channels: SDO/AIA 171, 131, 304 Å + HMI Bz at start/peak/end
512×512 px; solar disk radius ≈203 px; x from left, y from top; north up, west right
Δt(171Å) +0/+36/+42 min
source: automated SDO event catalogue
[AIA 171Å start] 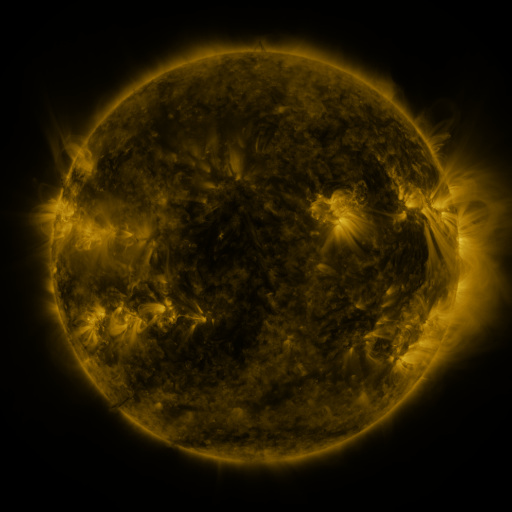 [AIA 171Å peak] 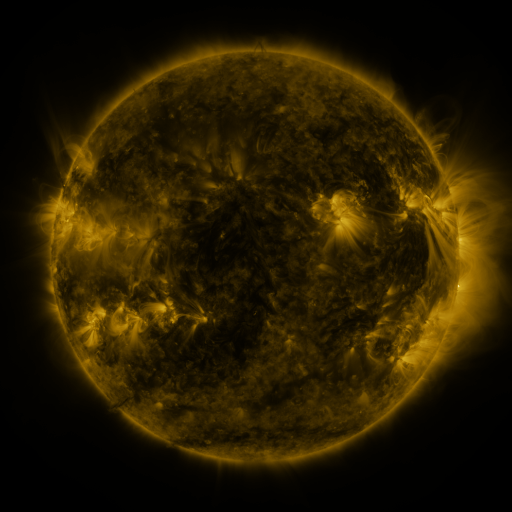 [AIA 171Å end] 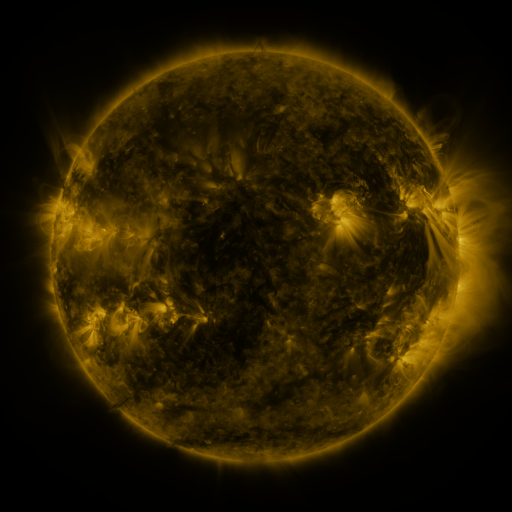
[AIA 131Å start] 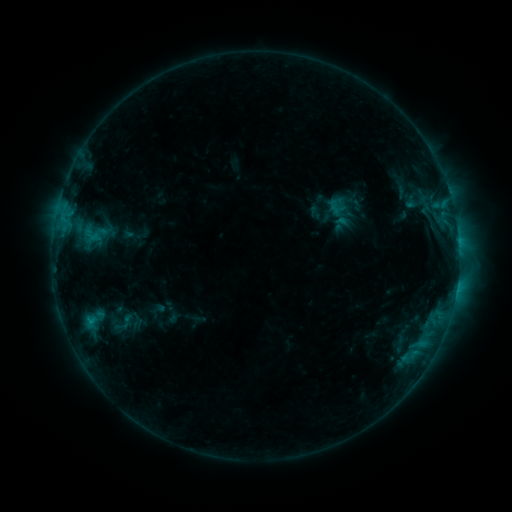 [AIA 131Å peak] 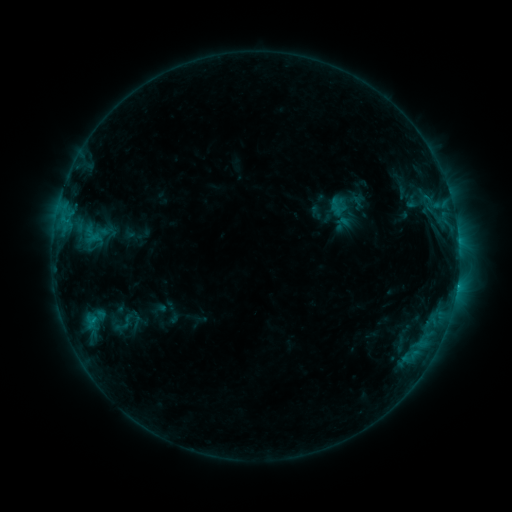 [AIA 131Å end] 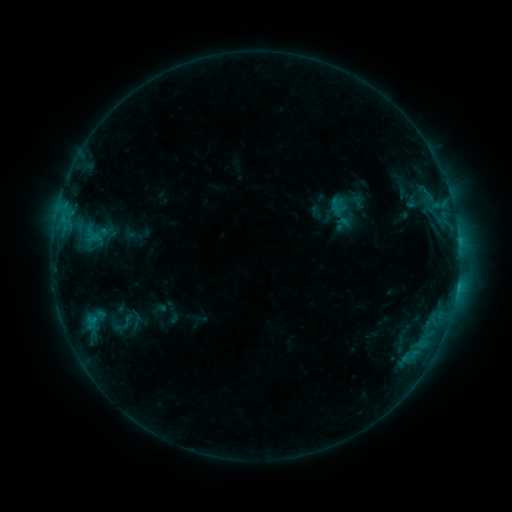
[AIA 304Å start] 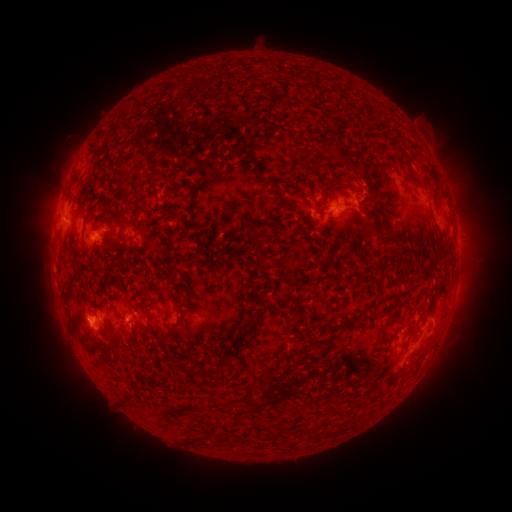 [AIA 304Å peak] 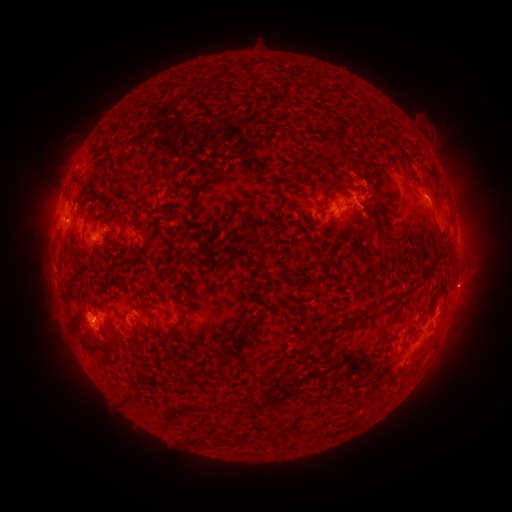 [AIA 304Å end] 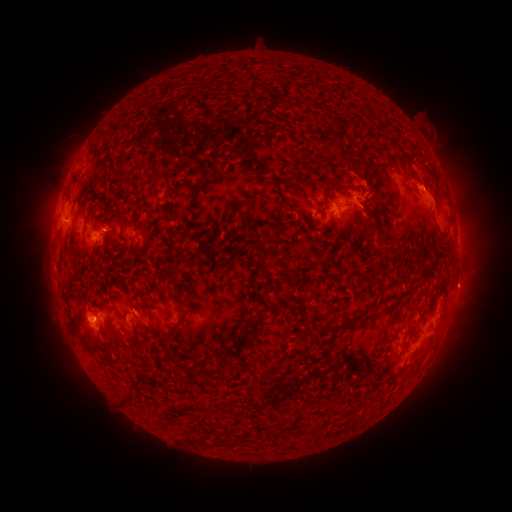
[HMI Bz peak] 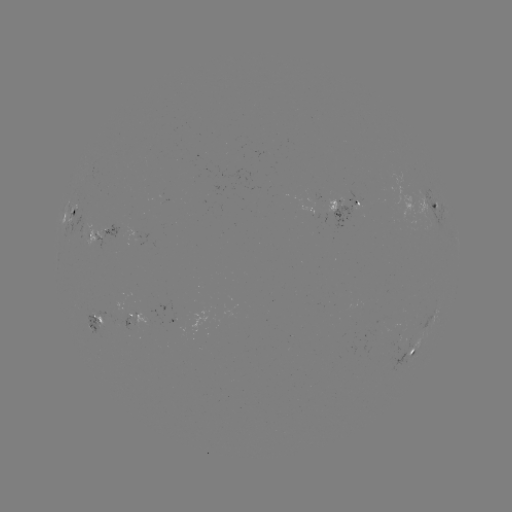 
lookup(eruption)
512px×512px (431, 187)